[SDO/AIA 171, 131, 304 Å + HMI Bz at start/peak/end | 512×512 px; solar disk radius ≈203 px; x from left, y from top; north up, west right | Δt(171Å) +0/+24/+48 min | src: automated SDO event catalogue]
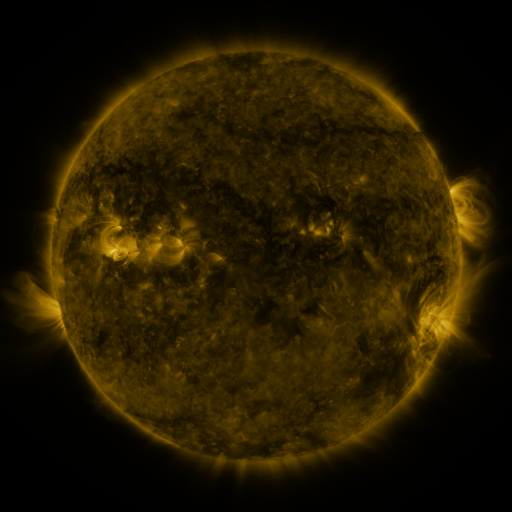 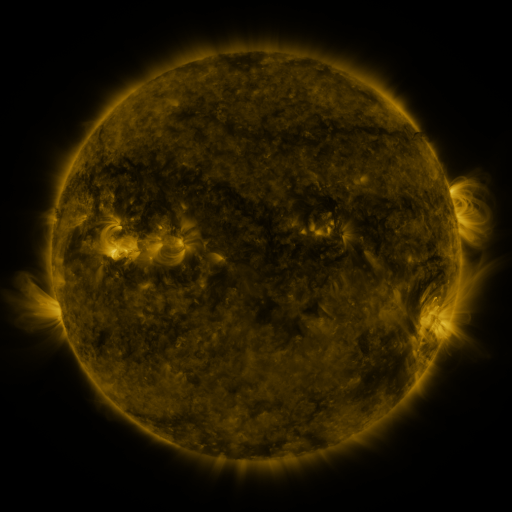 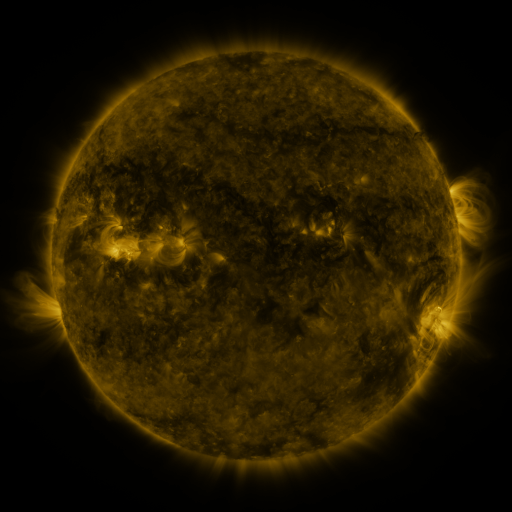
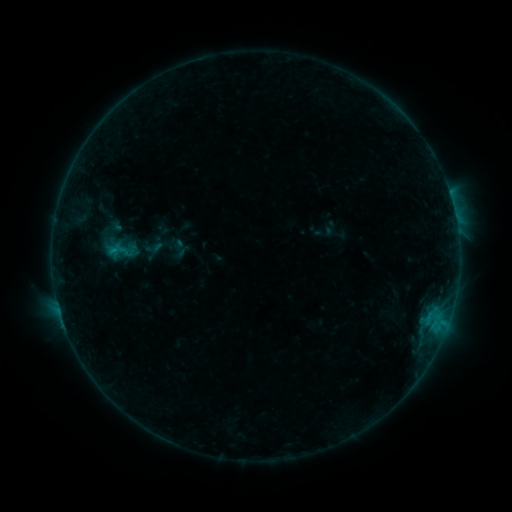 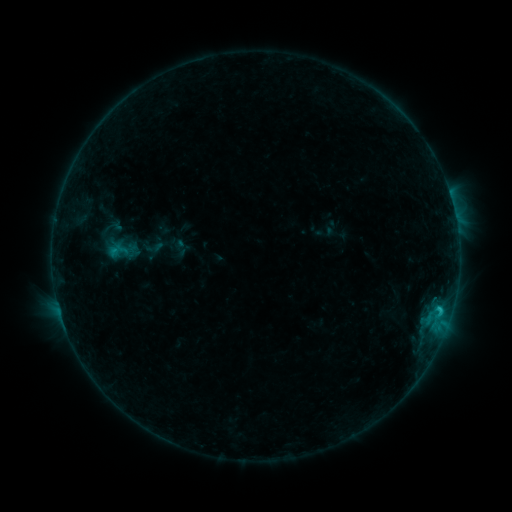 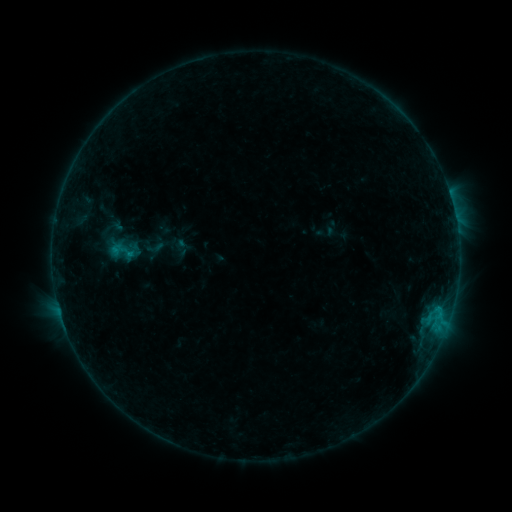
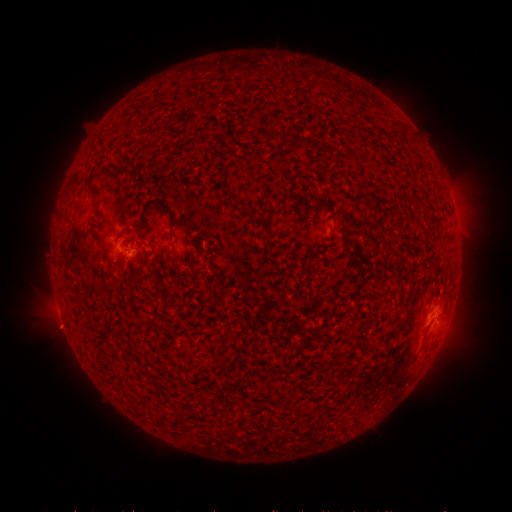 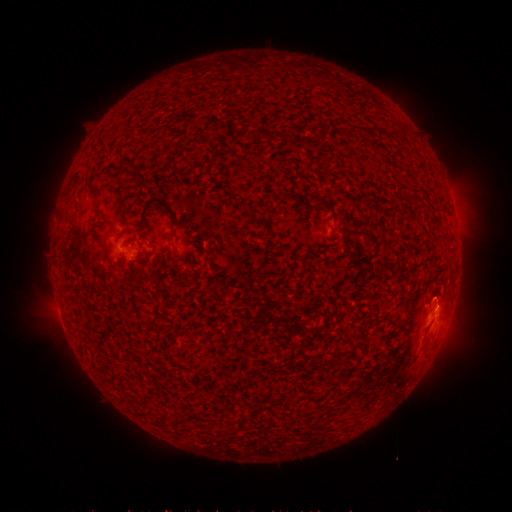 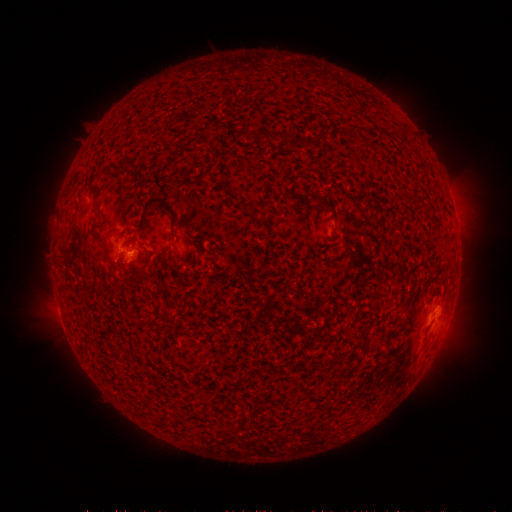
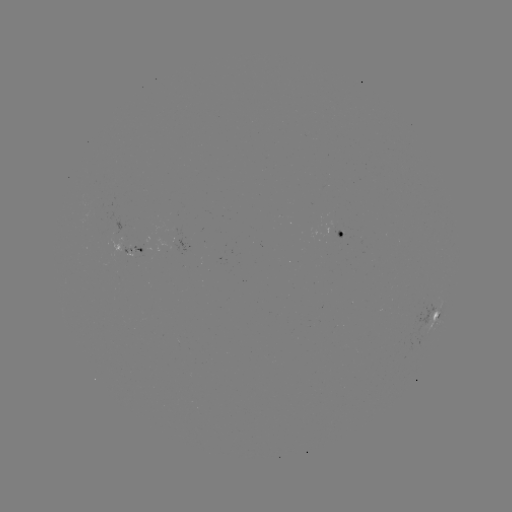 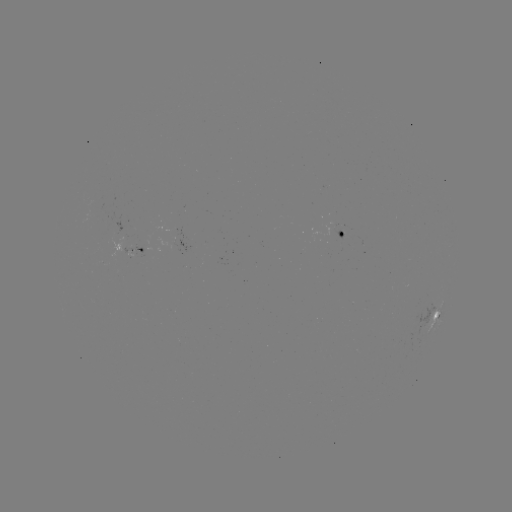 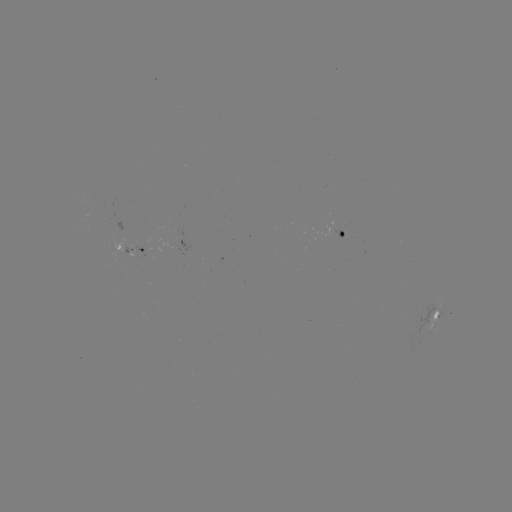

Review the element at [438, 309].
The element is B9.4 flare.